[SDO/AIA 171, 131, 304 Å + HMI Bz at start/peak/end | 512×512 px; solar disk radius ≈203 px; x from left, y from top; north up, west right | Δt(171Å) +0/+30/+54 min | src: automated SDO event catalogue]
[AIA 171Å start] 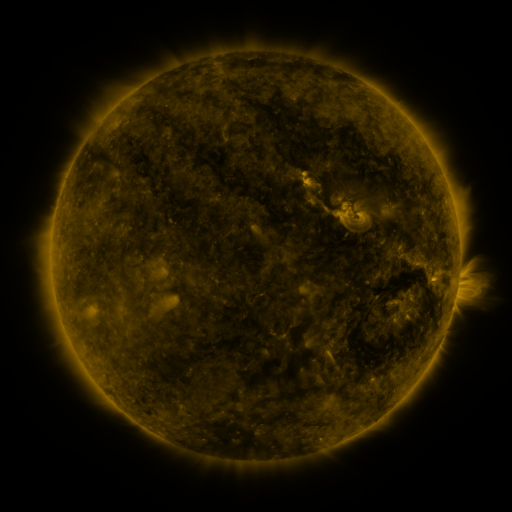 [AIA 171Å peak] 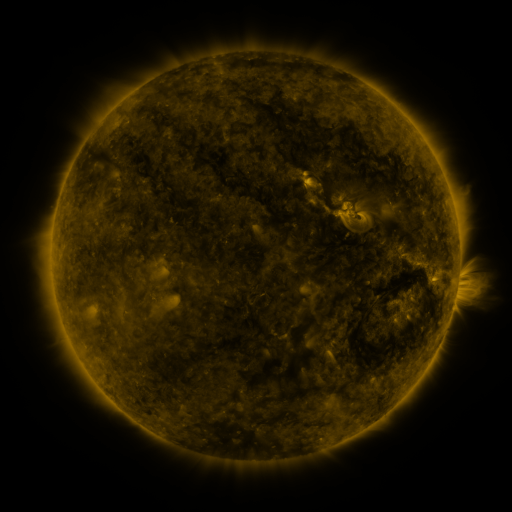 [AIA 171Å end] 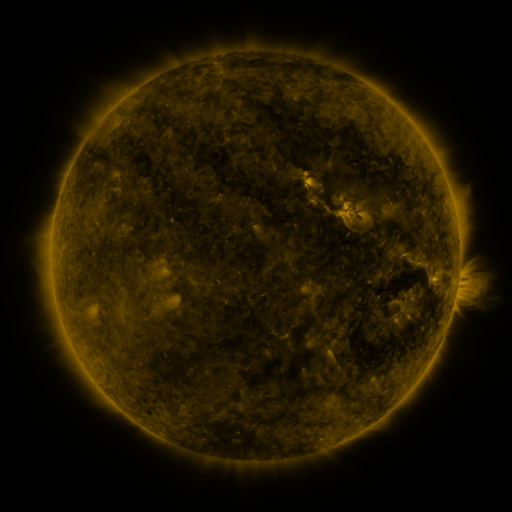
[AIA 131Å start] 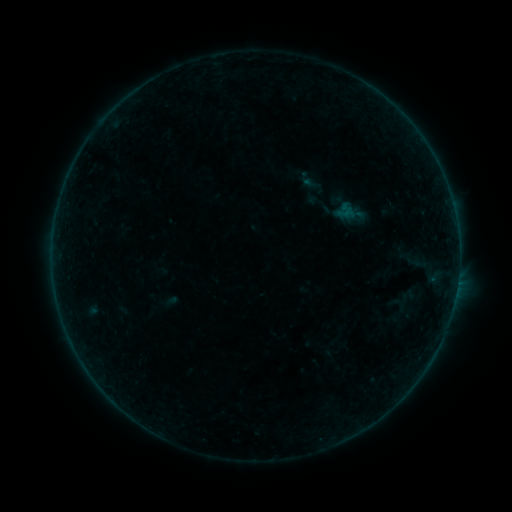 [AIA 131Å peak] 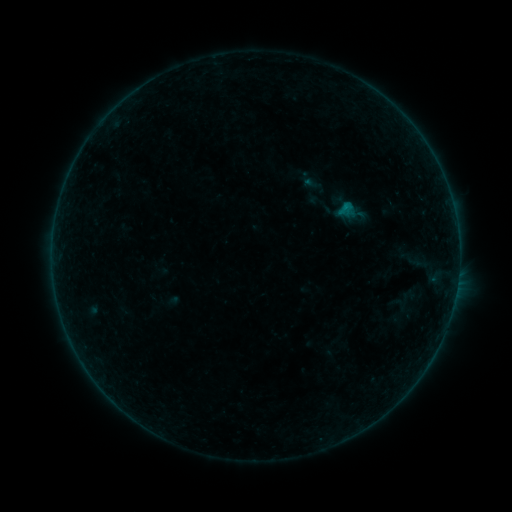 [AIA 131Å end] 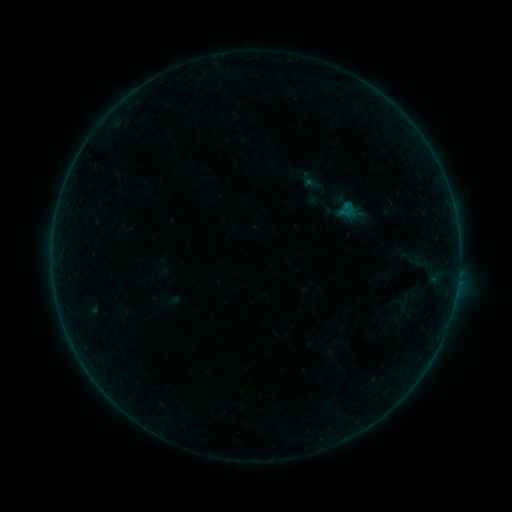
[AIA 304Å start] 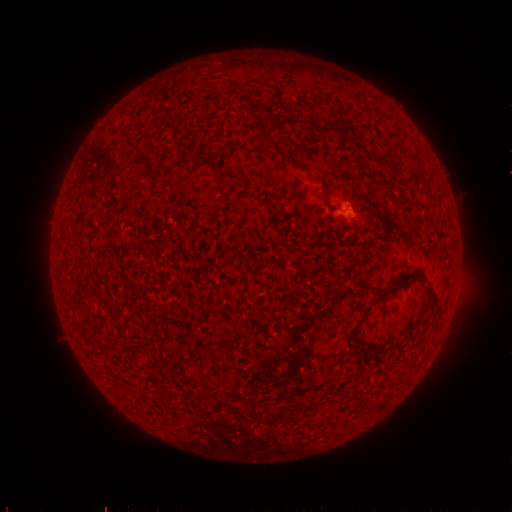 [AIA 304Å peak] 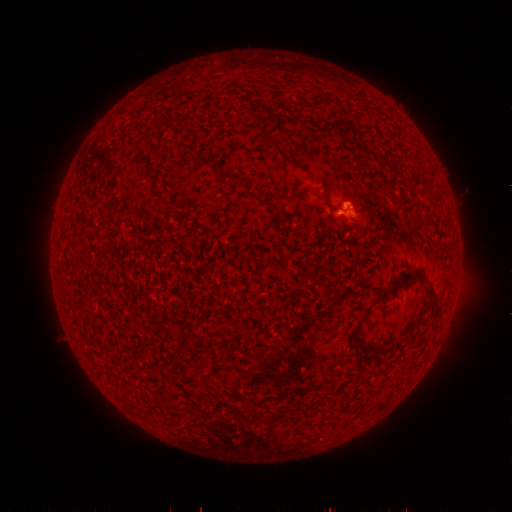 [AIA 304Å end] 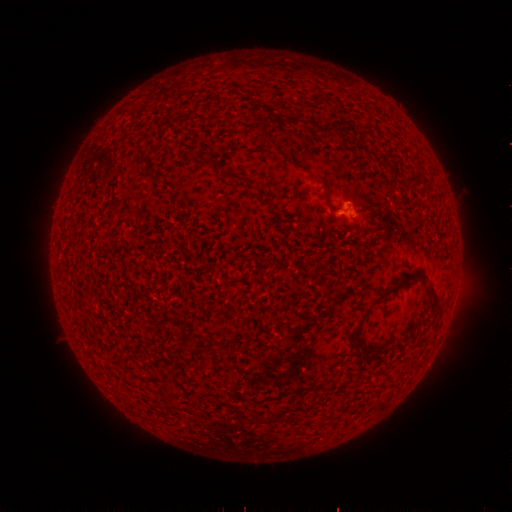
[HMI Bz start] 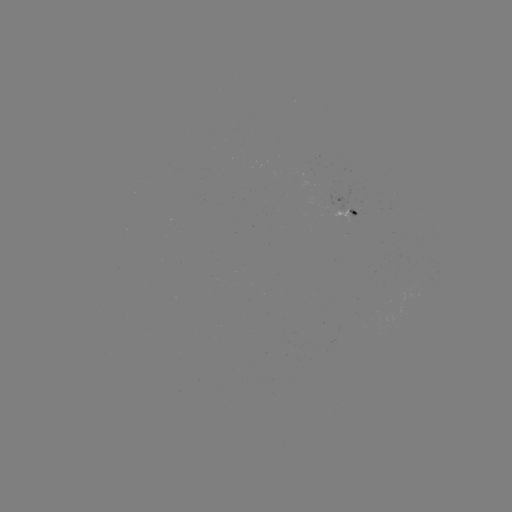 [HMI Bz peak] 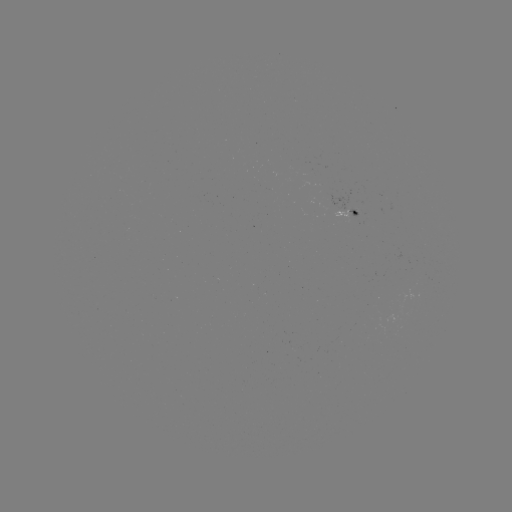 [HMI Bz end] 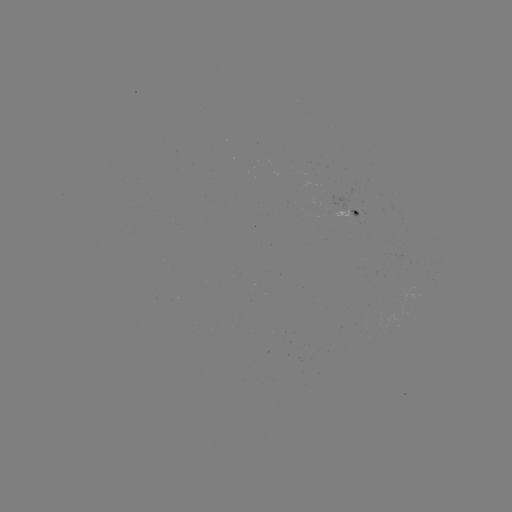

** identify B2.9 flare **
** (345, 207) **